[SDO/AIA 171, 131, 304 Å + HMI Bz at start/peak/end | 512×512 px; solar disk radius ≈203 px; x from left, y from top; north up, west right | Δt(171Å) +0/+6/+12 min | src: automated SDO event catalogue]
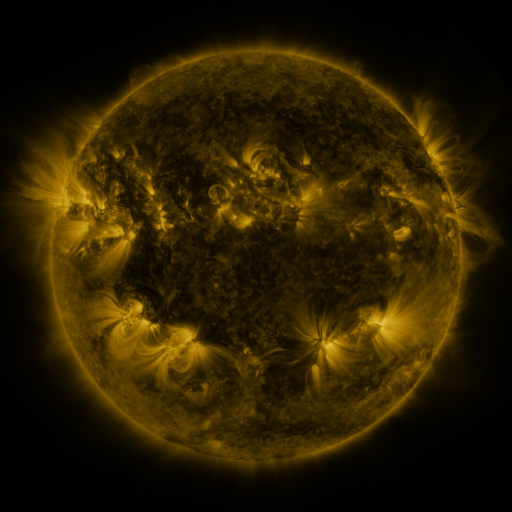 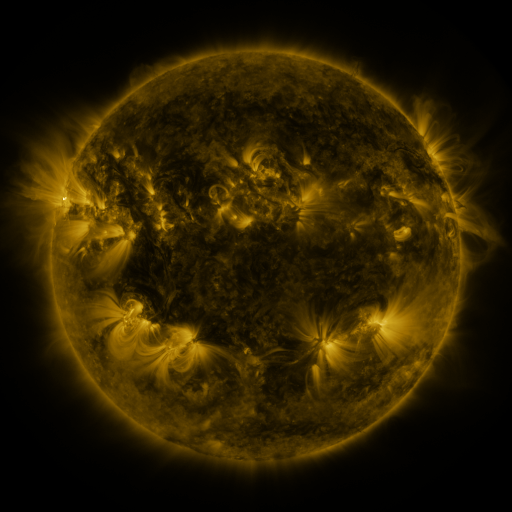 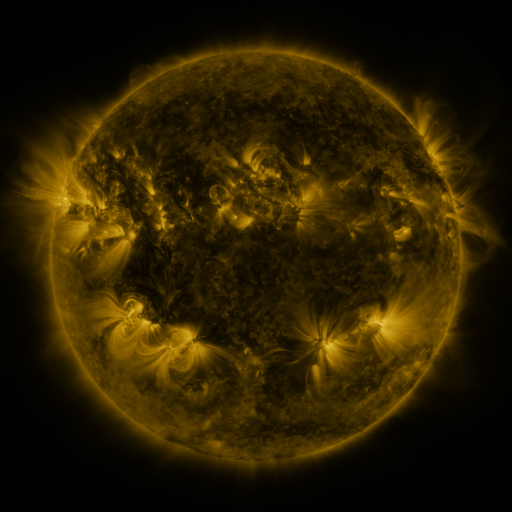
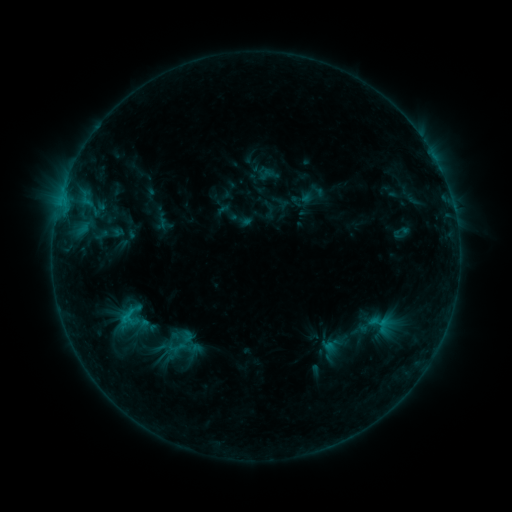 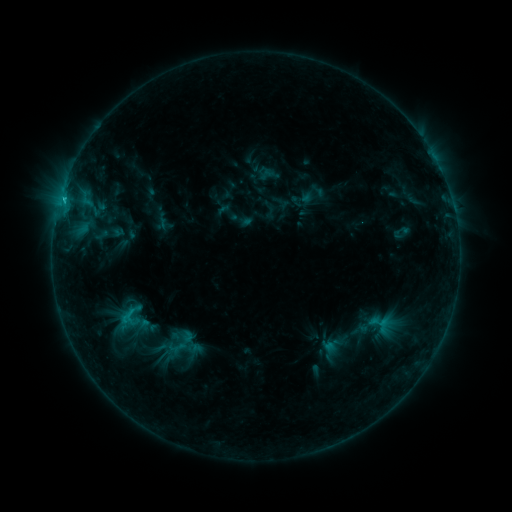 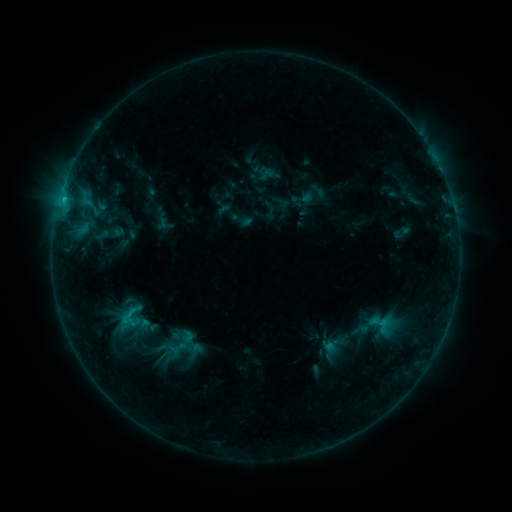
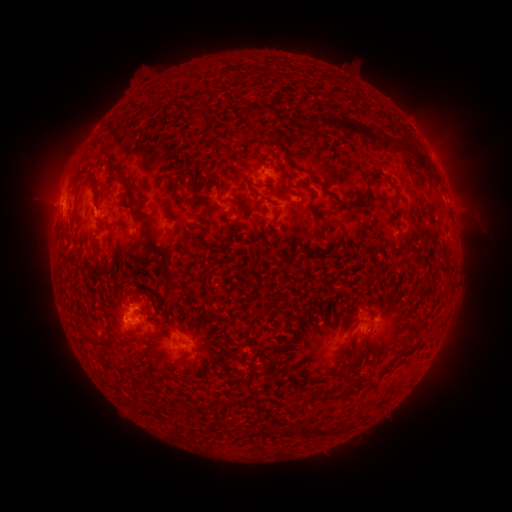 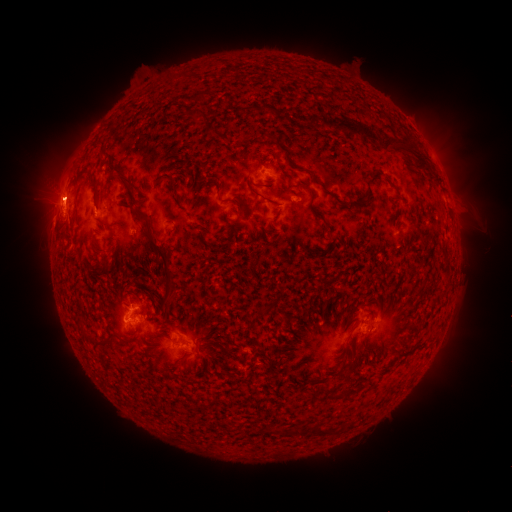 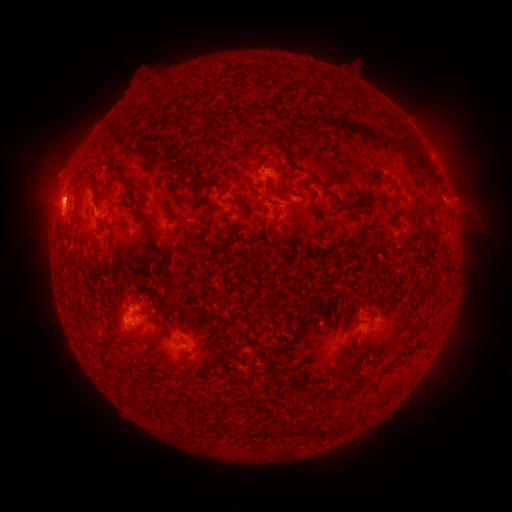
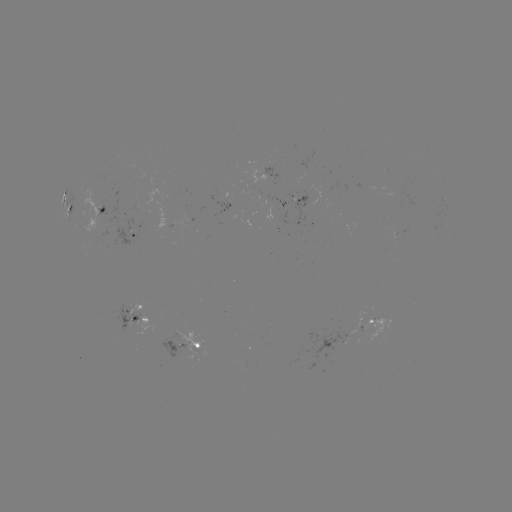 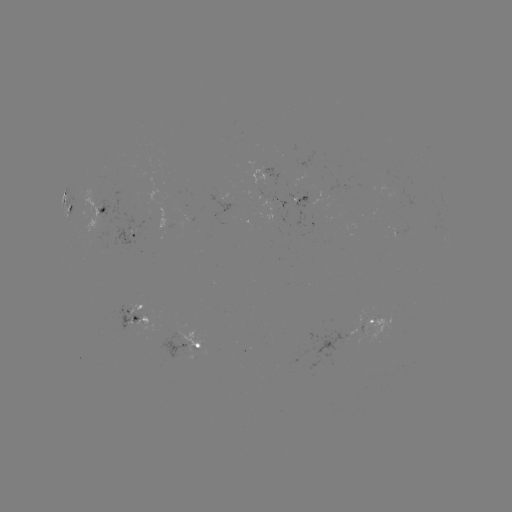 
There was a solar flare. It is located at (64, 201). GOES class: C1.8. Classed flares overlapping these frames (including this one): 1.